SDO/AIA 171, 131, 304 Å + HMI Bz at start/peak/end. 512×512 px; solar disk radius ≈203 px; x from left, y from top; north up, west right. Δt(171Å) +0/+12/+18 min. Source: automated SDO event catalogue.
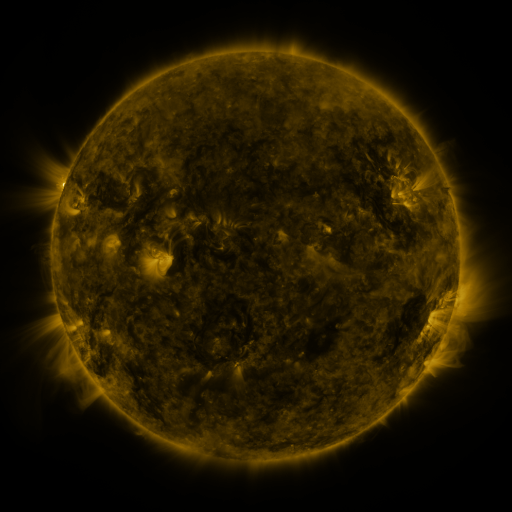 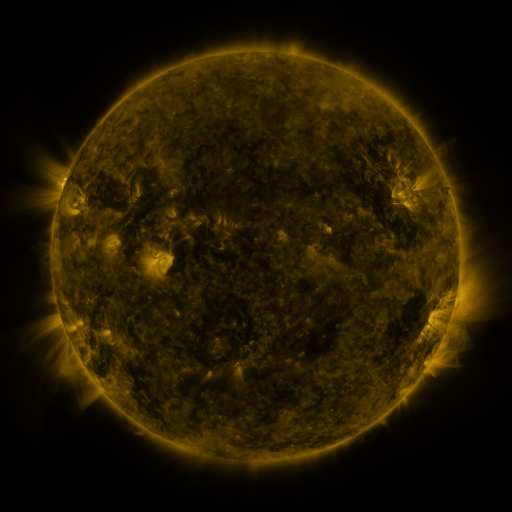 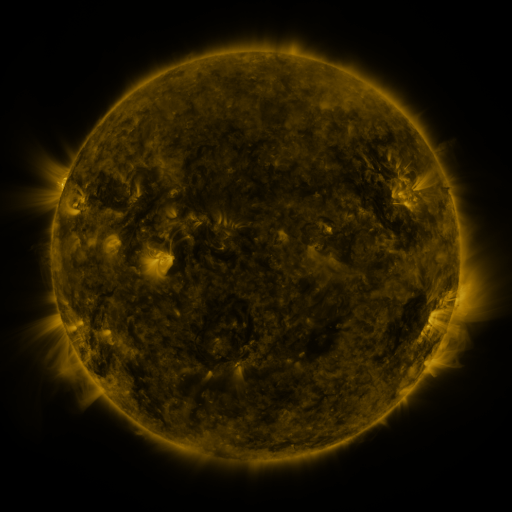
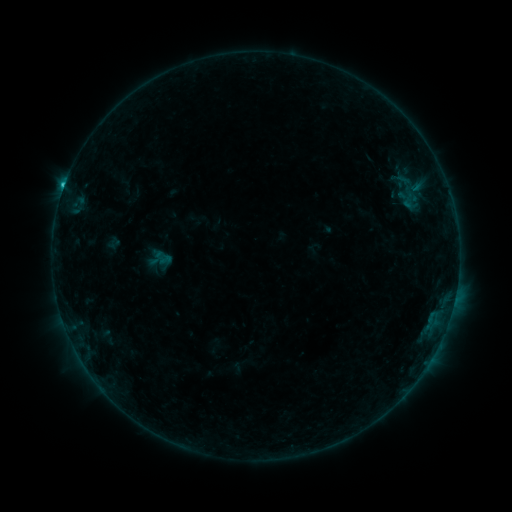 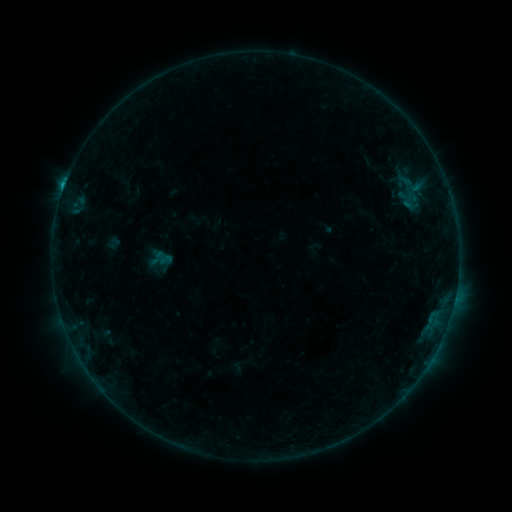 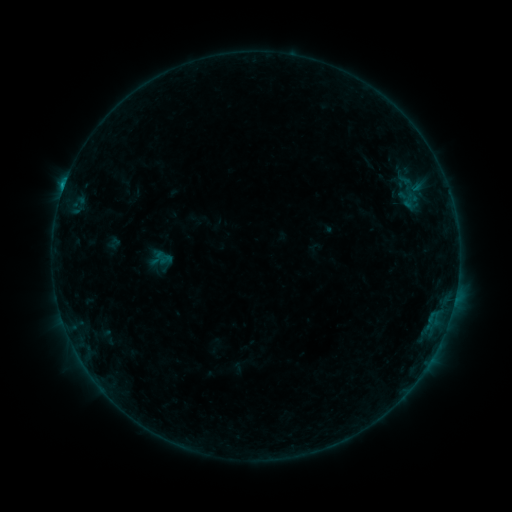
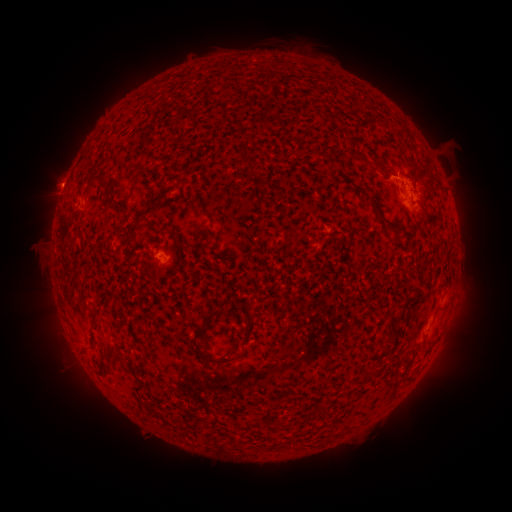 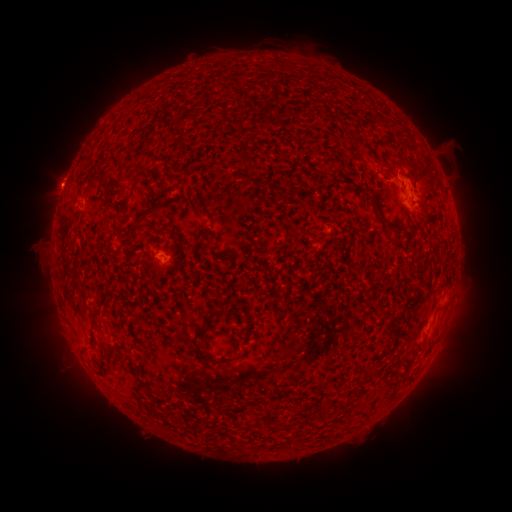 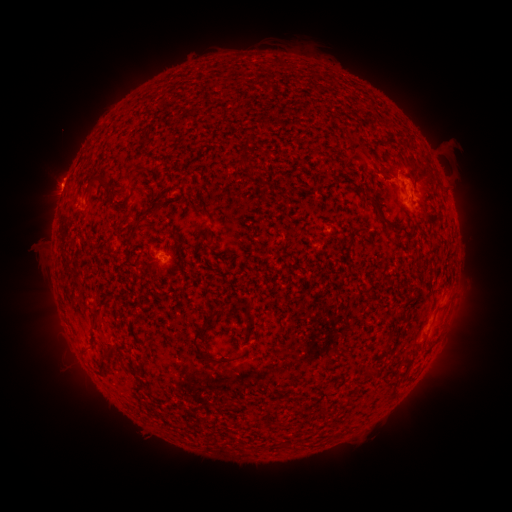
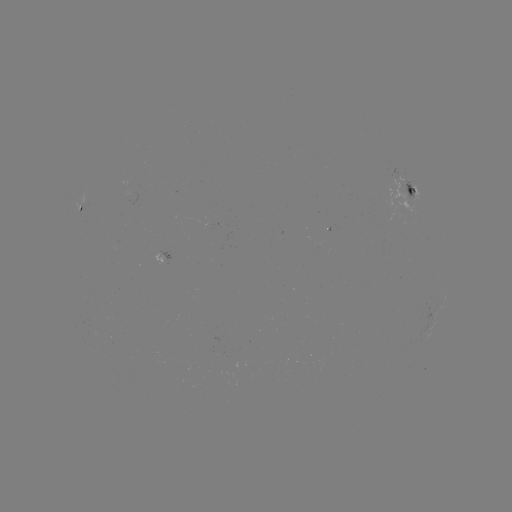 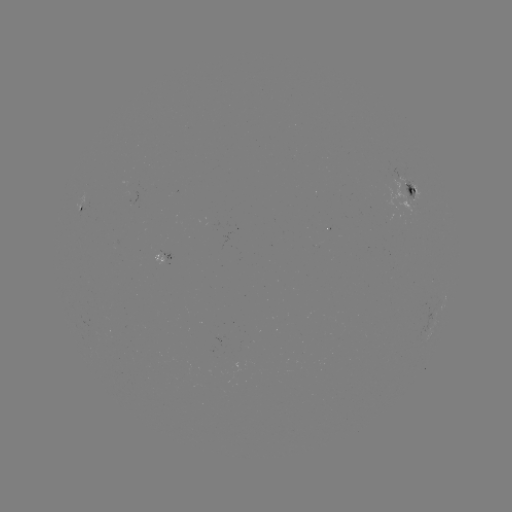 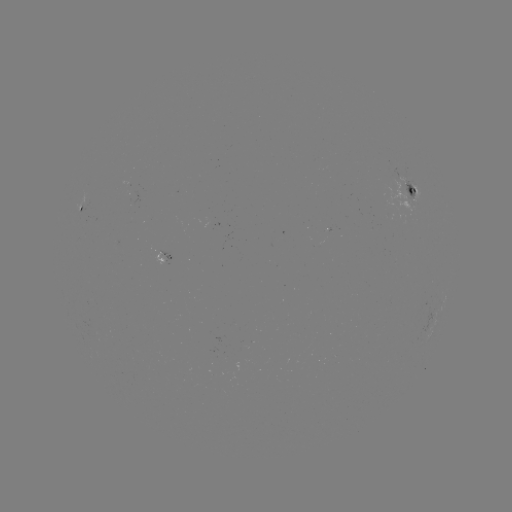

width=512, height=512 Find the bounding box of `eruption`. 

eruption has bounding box [350, 139, 404, 192].